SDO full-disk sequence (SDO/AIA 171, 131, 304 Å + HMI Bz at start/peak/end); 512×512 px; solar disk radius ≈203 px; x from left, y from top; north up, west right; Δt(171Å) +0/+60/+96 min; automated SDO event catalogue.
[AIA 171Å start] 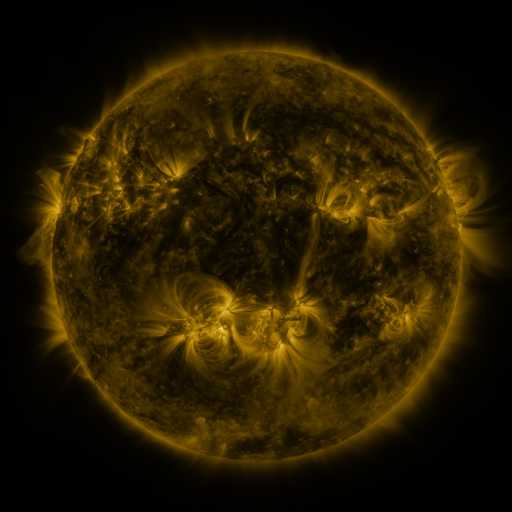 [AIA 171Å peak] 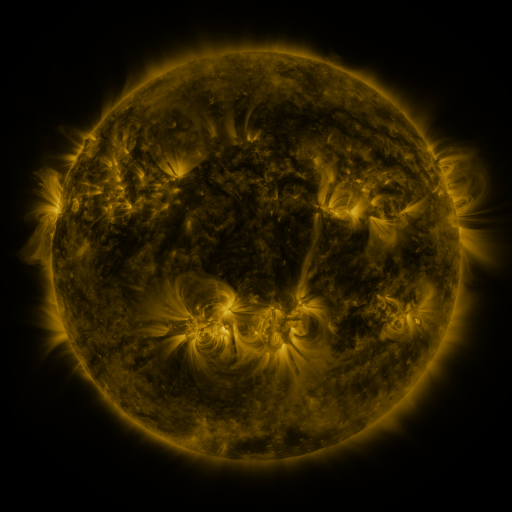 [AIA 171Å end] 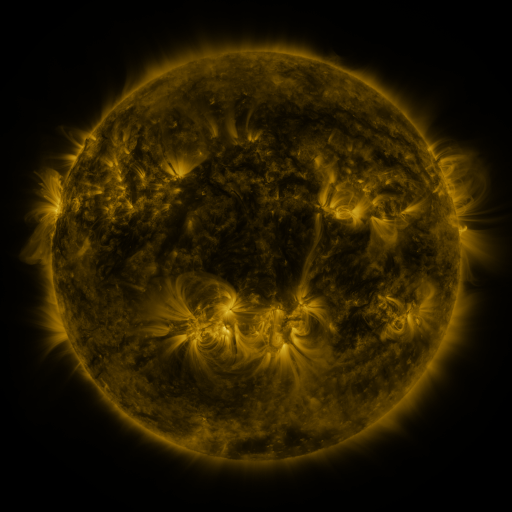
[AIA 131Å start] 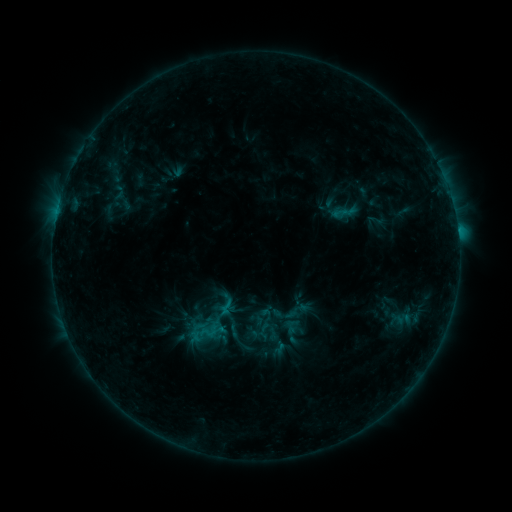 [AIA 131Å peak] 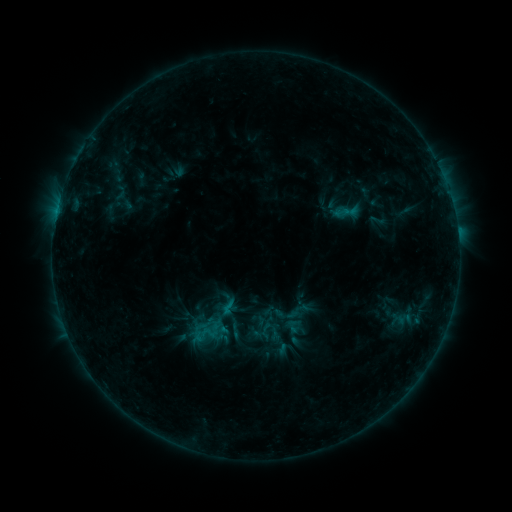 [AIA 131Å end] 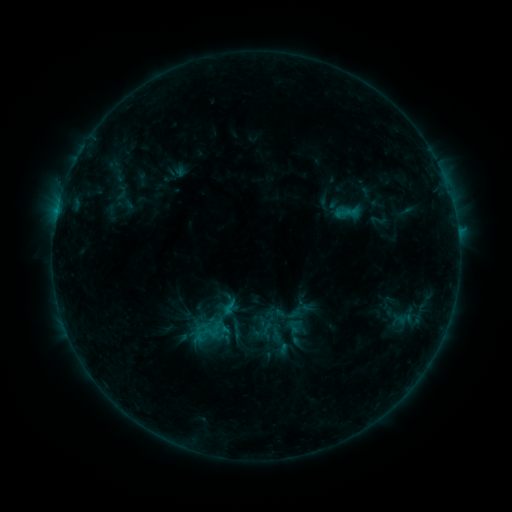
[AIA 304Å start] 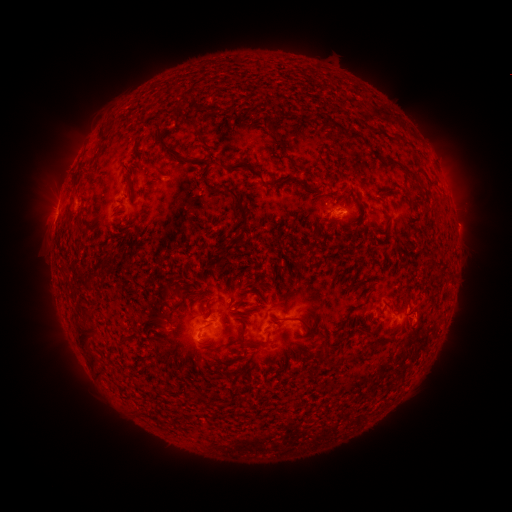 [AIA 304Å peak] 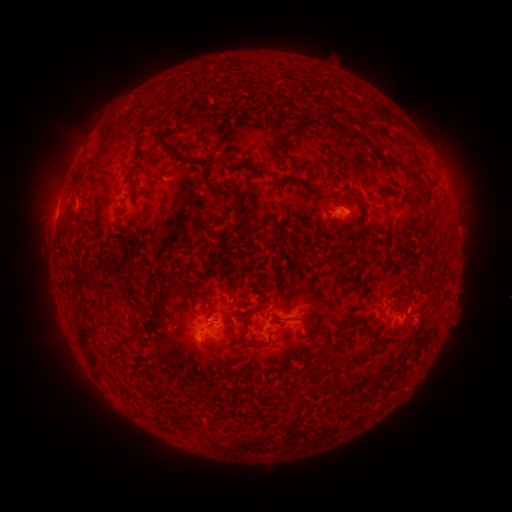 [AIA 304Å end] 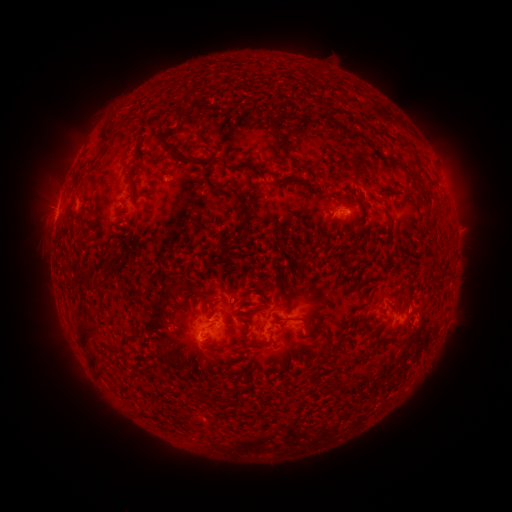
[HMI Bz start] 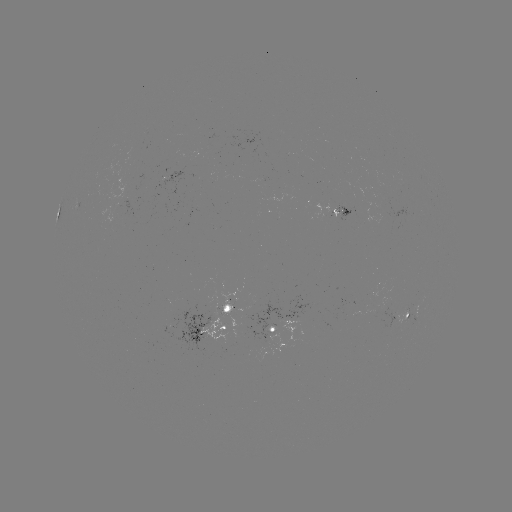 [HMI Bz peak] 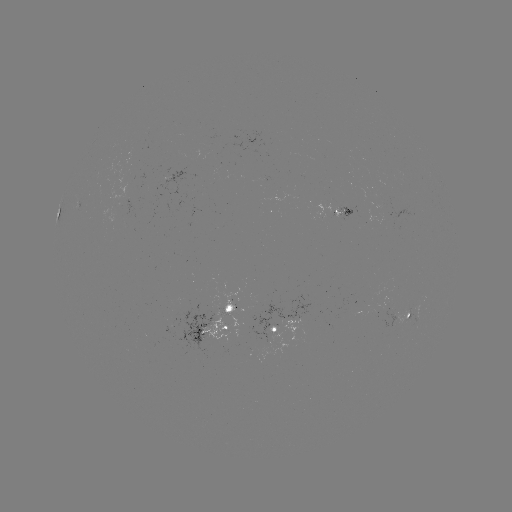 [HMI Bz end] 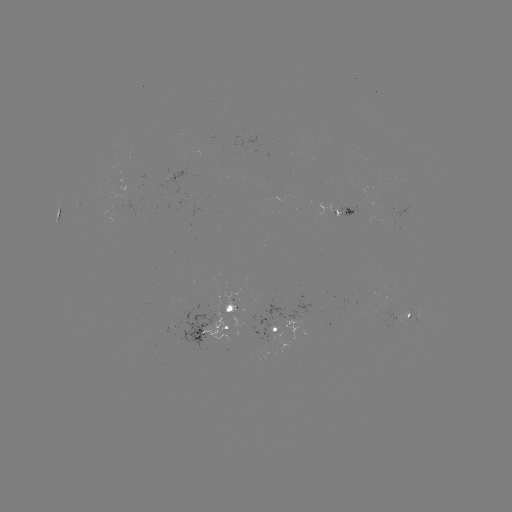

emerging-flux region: (229, 317, 243, 348)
